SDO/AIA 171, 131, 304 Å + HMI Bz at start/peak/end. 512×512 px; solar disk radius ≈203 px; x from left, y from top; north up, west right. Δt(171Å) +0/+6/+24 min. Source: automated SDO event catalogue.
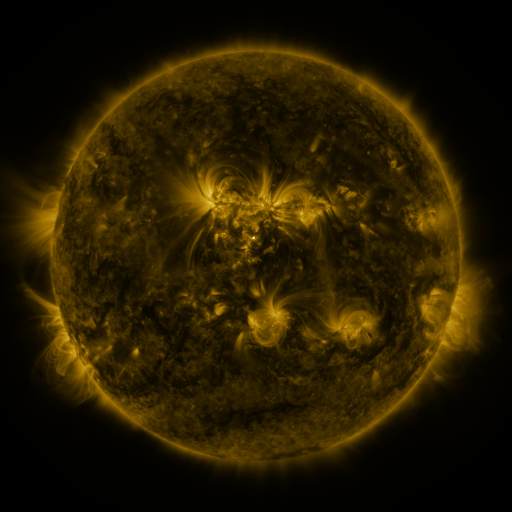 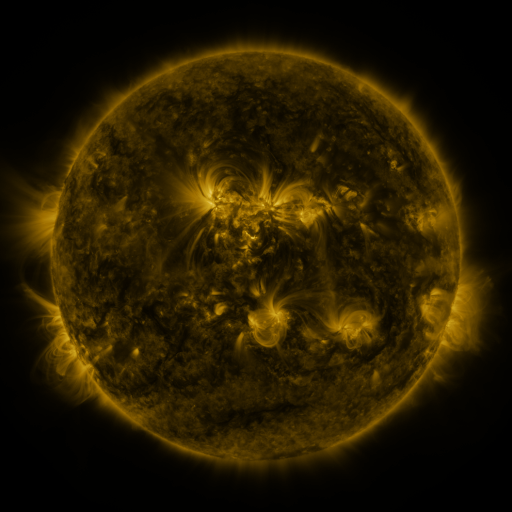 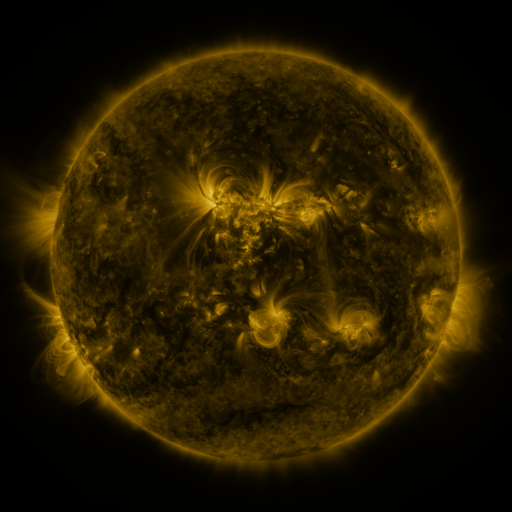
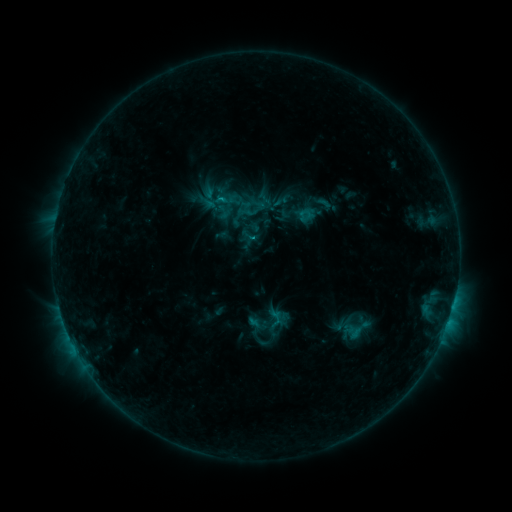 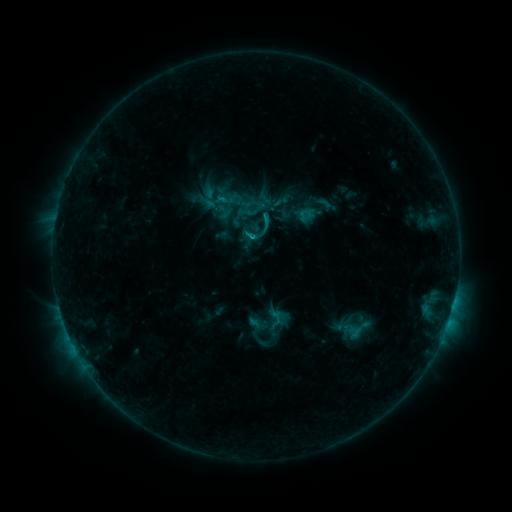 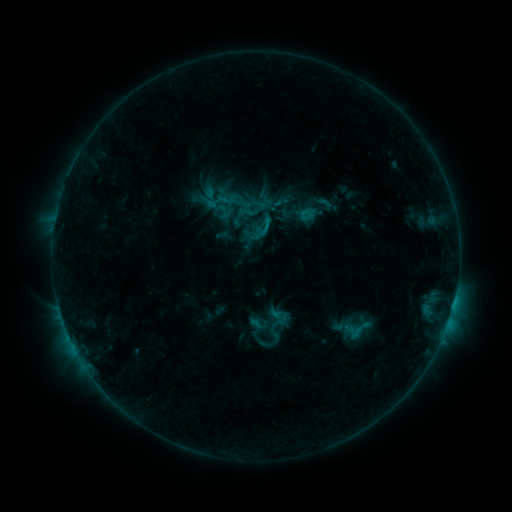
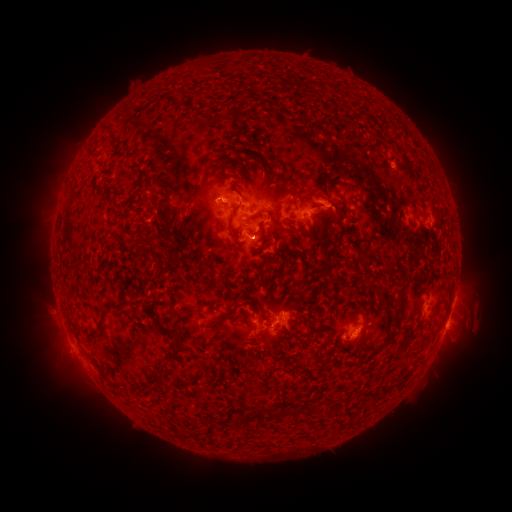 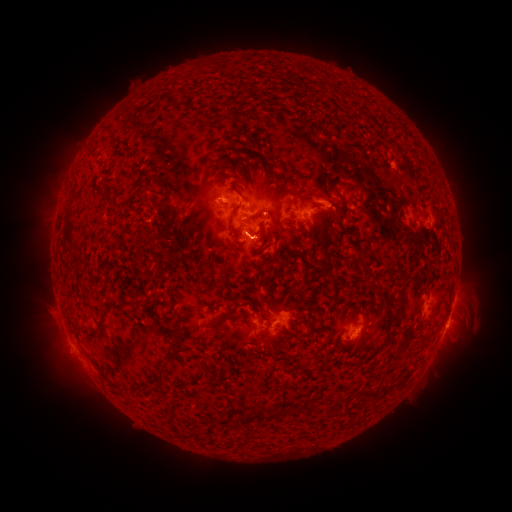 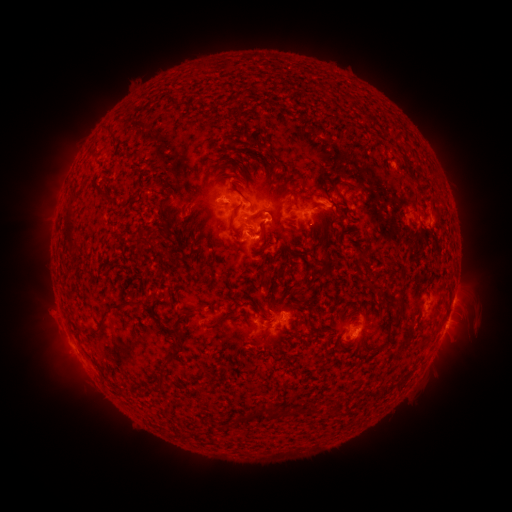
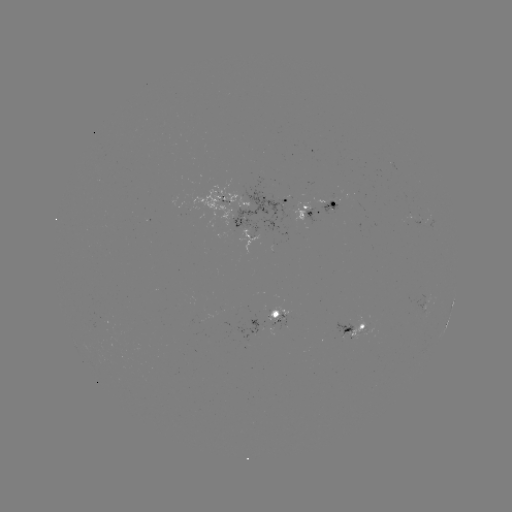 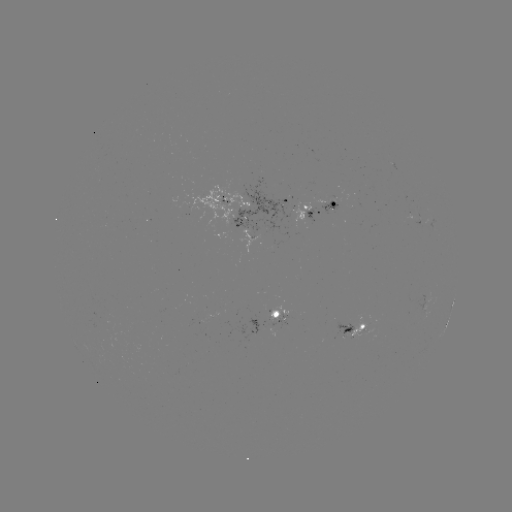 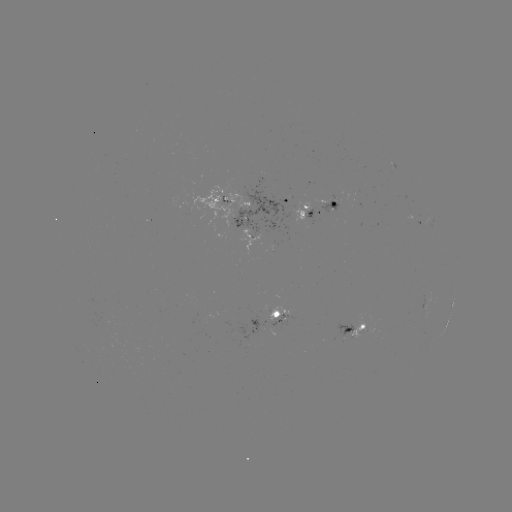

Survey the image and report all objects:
C1.6 flare: (252, 238)
